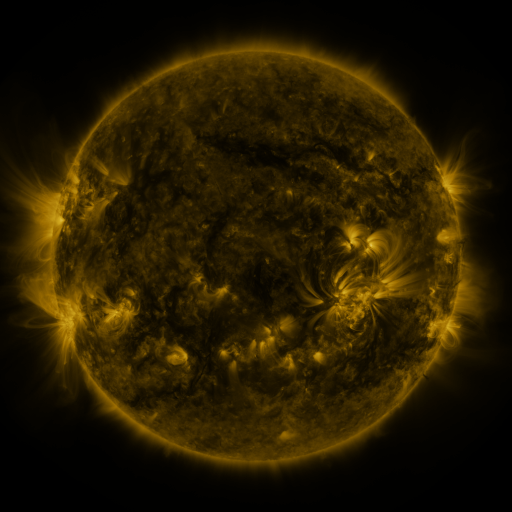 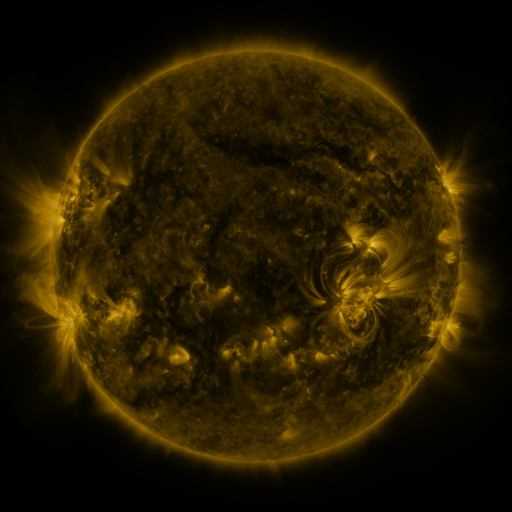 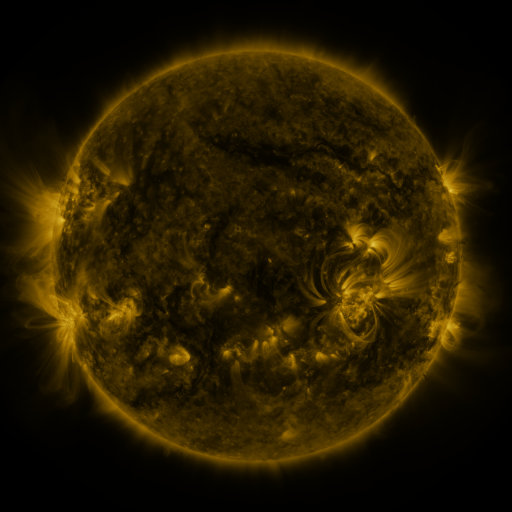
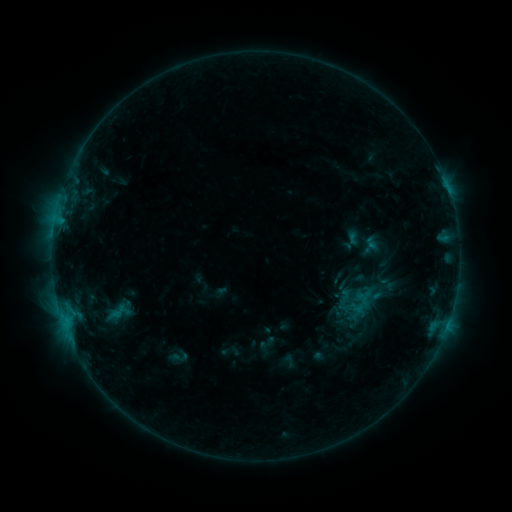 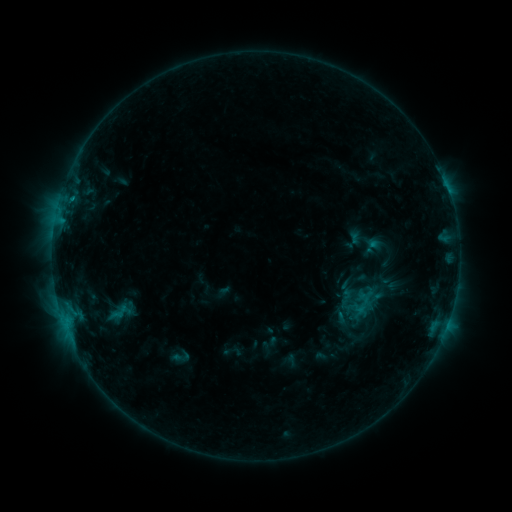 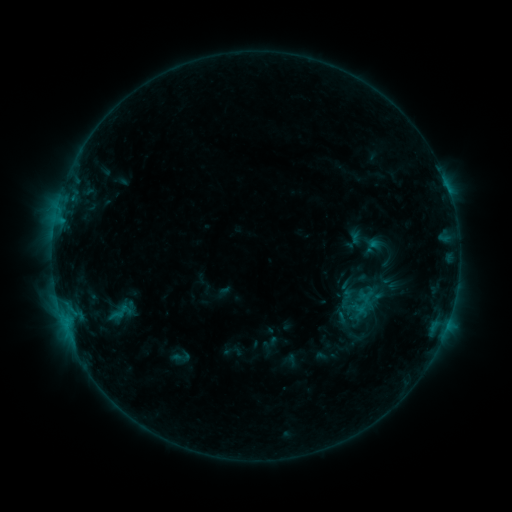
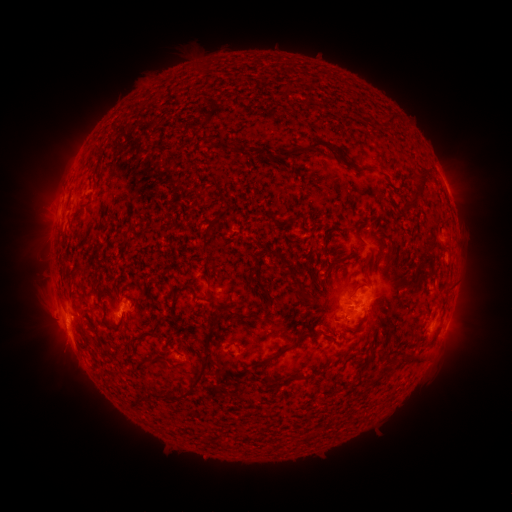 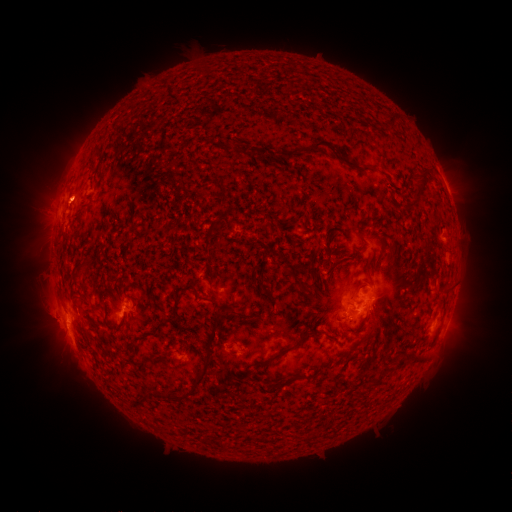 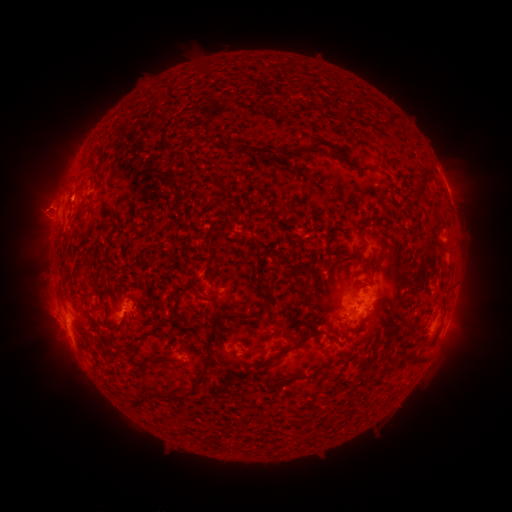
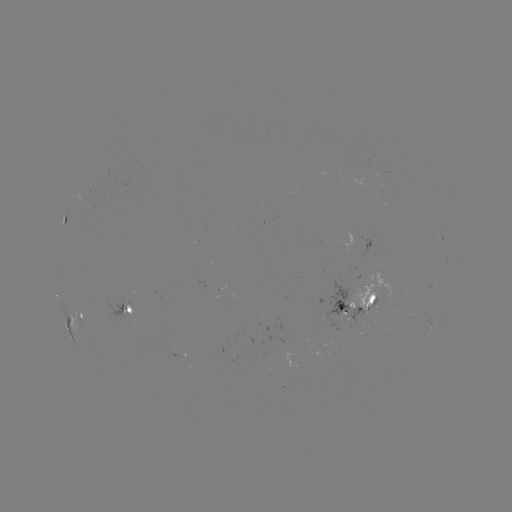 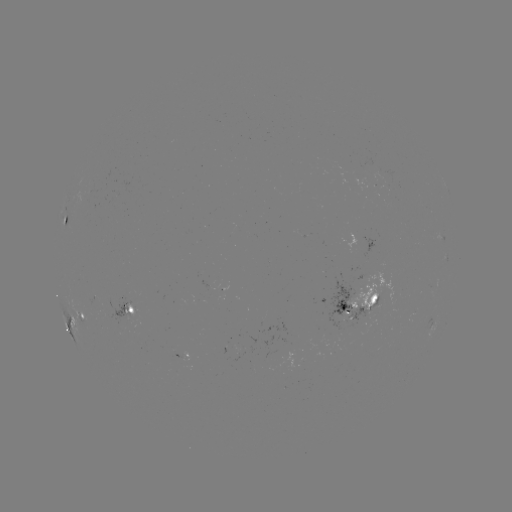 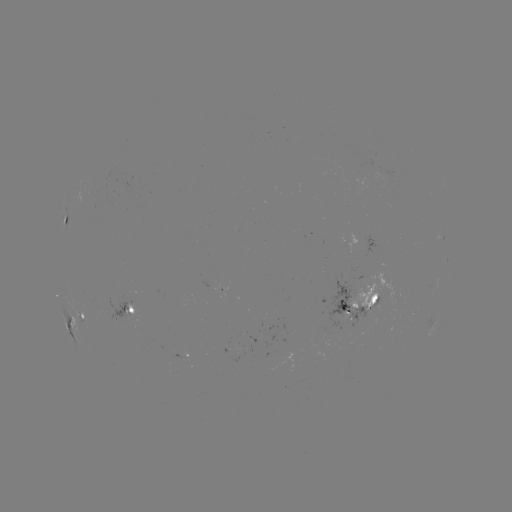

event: emerging-flux region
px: (210, 284)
